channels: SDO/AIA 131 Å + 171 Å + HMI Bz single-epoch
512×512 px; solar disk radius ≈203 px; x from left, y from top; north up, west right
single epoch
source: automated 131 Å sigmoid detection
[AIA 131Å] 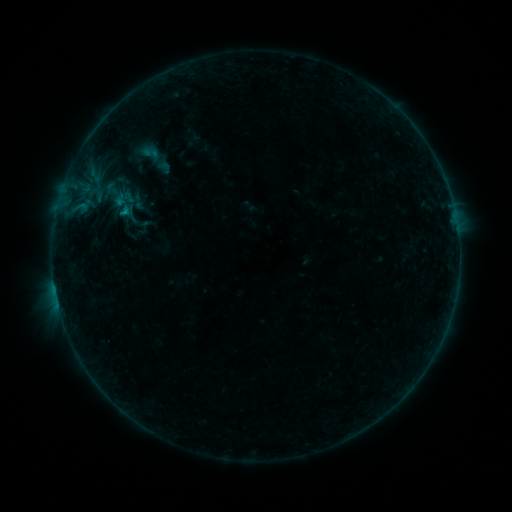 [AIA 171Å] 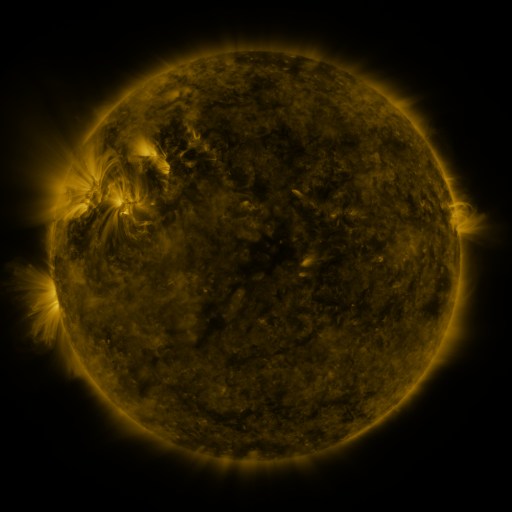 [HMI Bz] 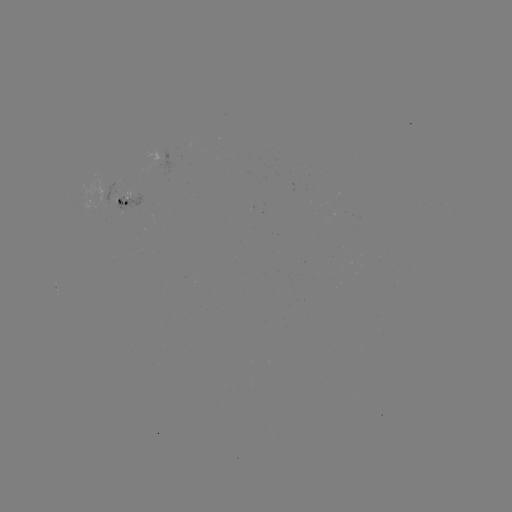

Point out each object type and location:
sigmoid: [125, 131, 176, 182]
sigmoid: [100, 179, 130, 208]
